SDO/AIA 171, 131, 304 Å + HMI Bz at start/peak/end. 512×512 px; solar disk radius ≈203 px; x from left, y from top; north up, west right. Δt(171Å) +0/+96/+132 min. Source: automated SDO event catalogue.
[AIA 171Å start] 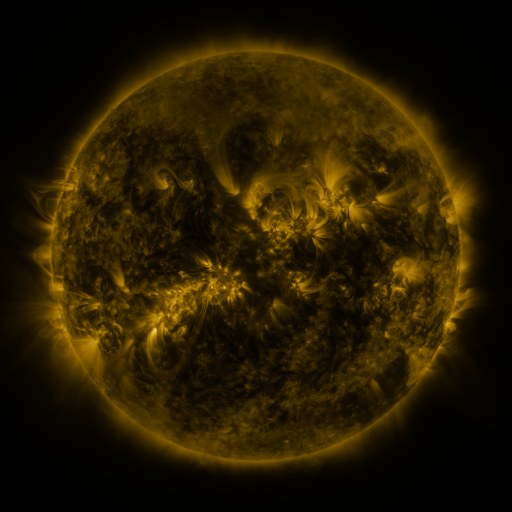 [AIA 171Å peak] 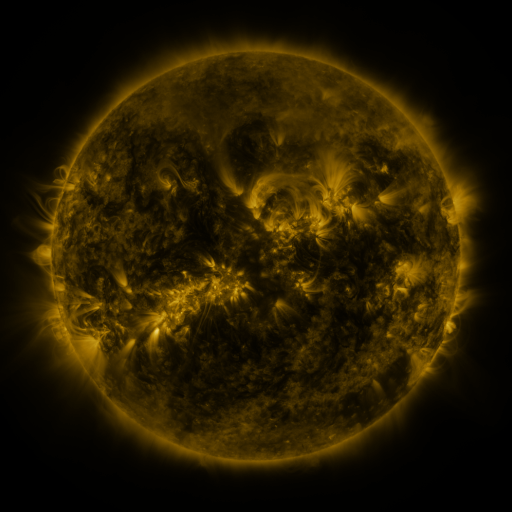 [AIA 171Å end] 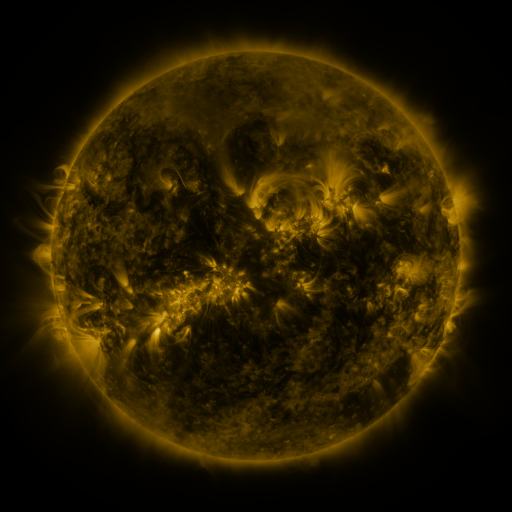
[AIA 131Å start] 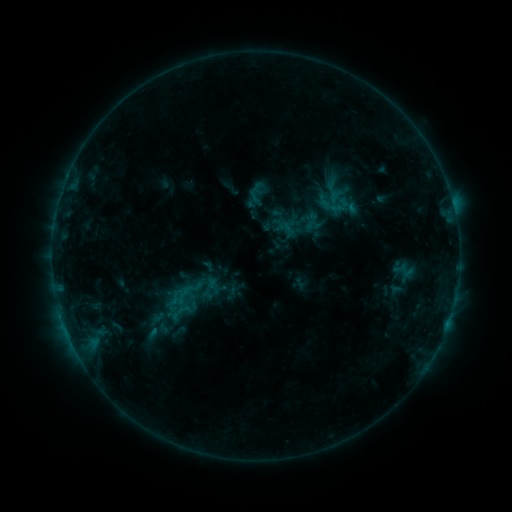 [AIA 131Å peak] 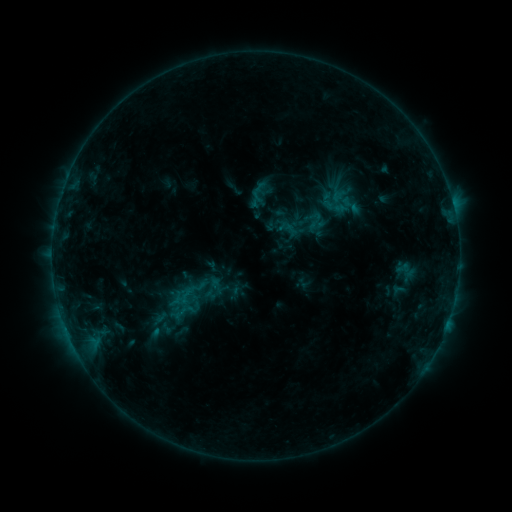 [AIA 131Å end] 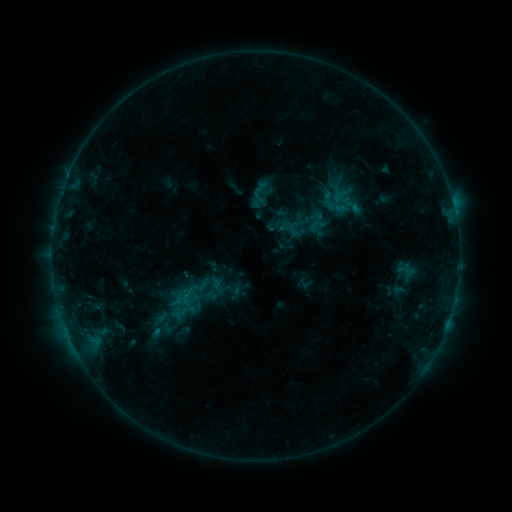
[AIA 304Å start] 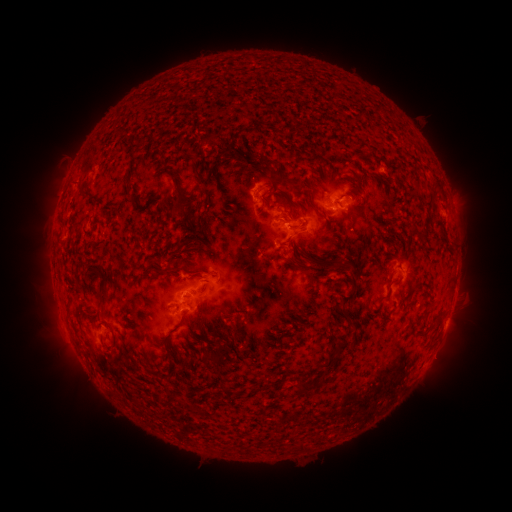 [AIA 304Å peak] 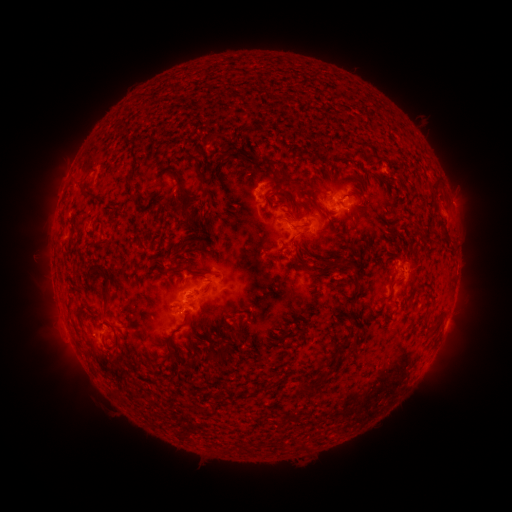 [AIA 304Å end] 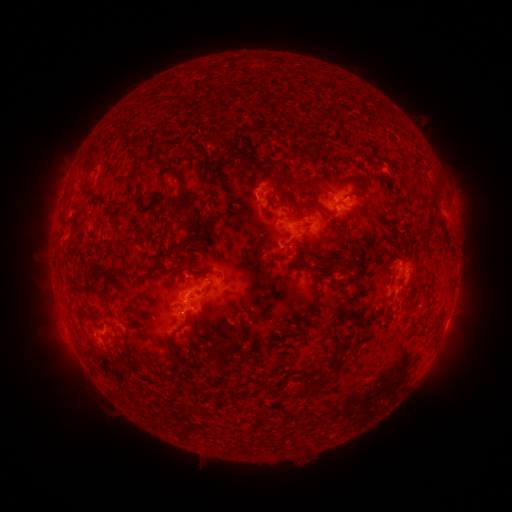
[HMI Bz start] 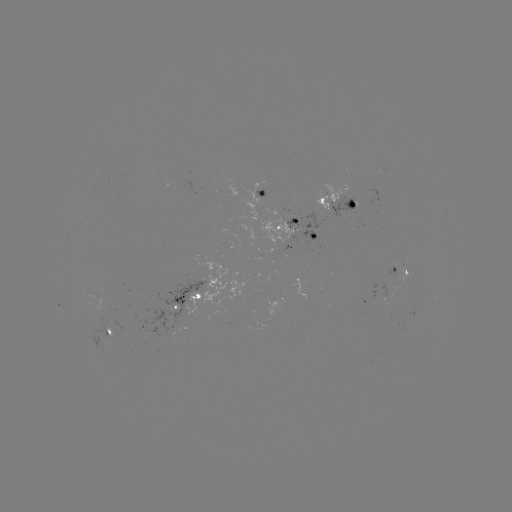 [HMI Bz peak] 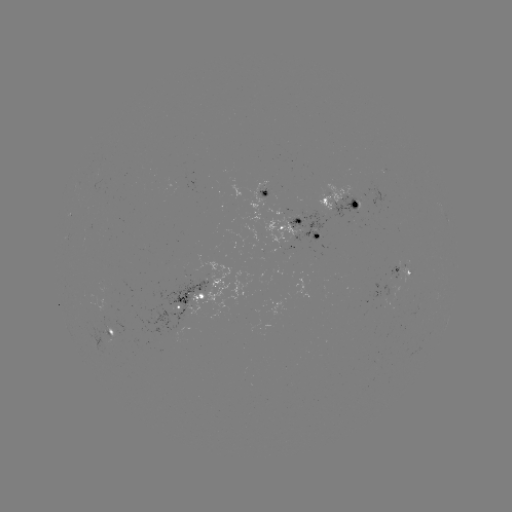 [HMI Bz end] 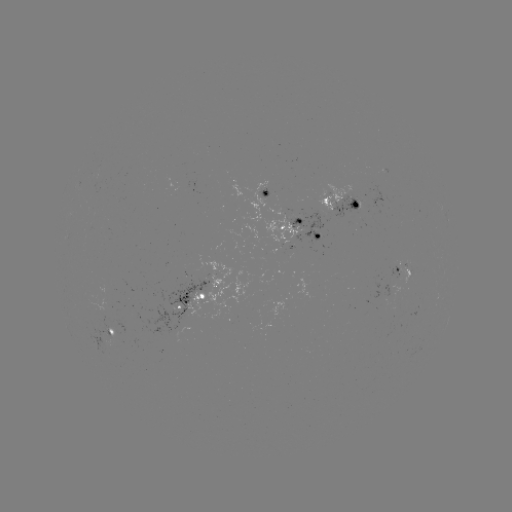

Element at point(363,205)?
emerging-flux region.